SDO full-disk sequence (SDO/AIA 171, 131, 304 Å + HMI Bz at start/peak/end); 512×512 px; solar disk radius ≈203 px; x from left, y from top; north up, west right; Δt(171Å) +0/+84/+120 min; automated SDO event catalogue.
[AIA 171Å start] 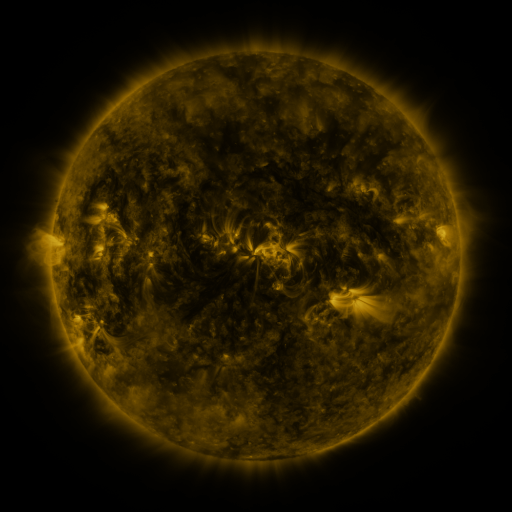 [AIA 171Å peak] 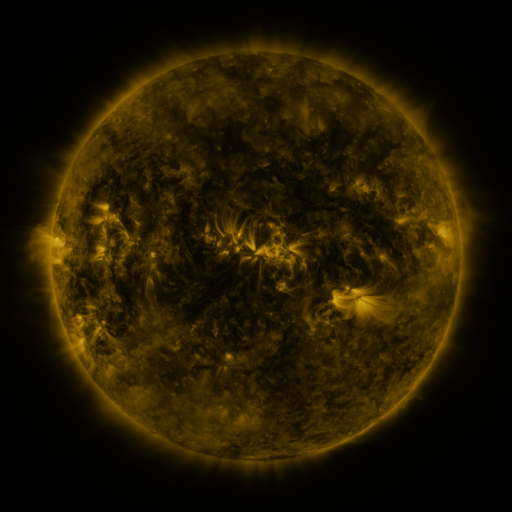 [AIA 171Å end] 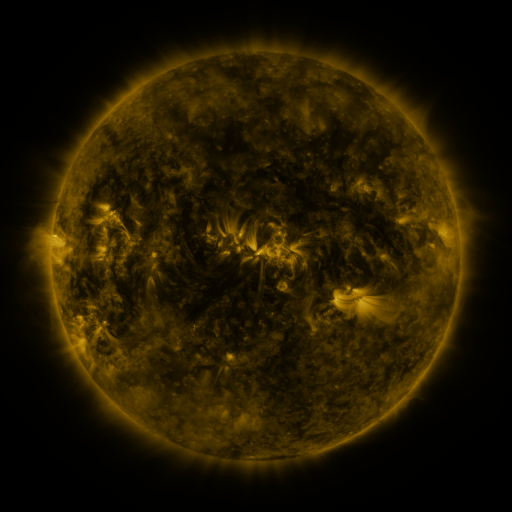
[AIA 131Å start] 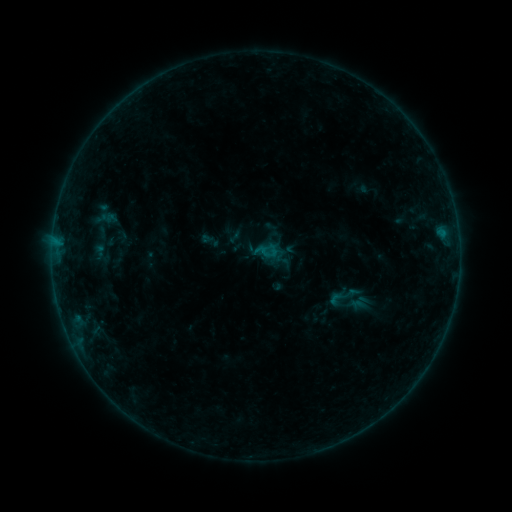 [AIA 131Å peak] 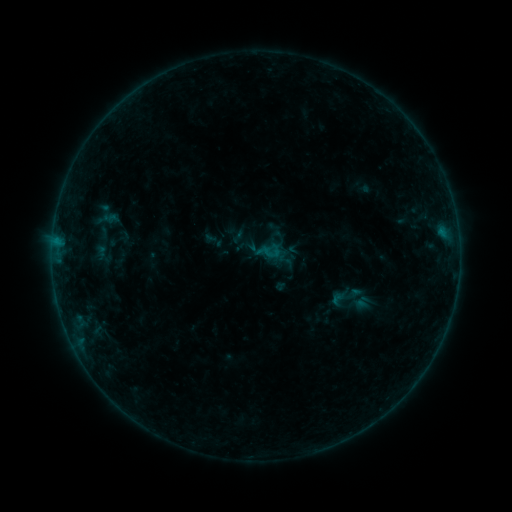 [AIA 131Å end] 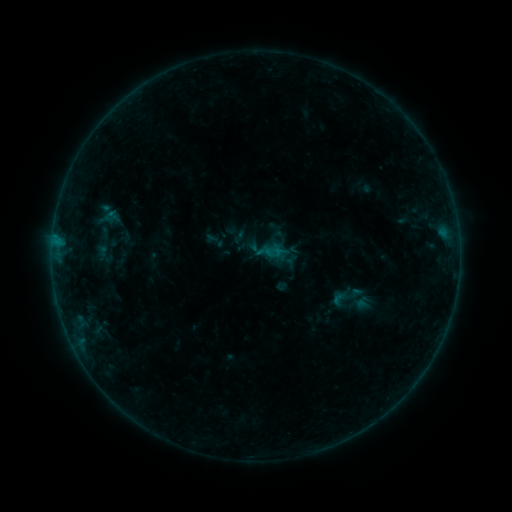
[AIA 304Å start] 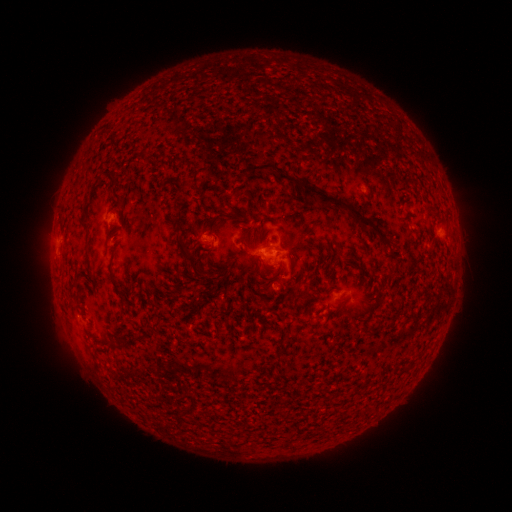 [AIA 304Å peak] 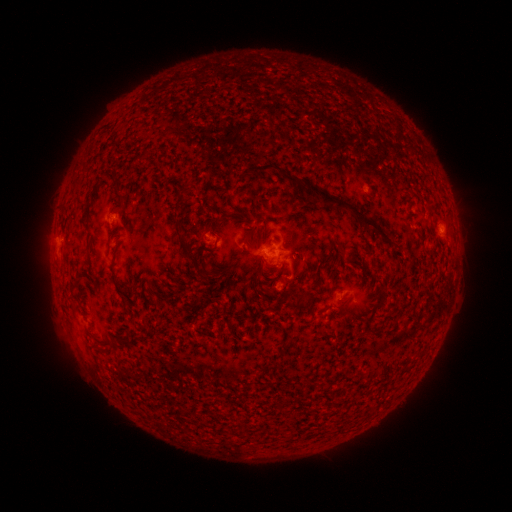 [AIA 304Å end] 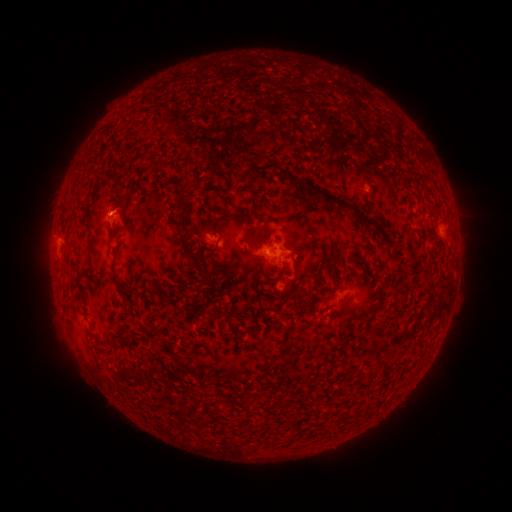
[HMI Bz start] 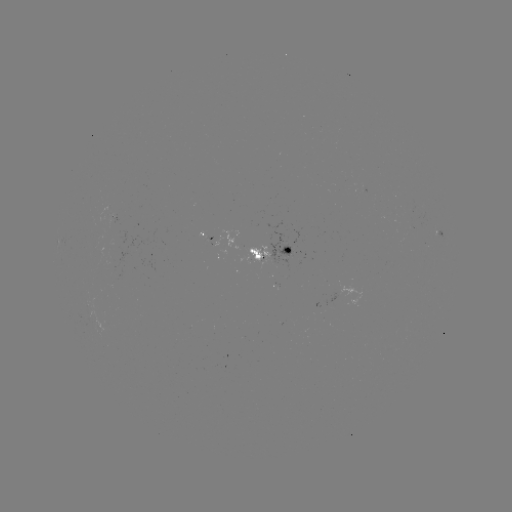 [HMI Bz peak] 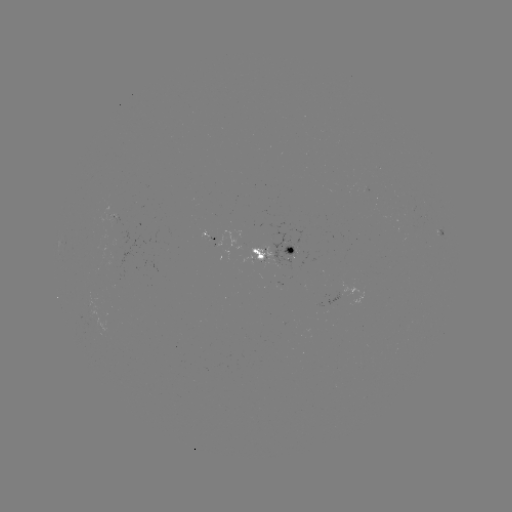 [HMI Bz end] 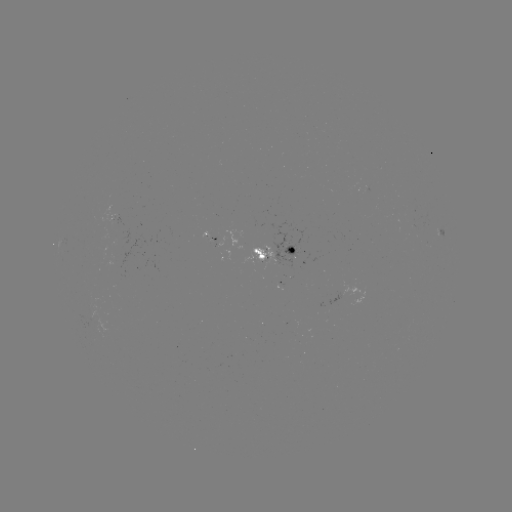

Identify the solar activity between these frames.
emerging-flux region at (116, 268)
